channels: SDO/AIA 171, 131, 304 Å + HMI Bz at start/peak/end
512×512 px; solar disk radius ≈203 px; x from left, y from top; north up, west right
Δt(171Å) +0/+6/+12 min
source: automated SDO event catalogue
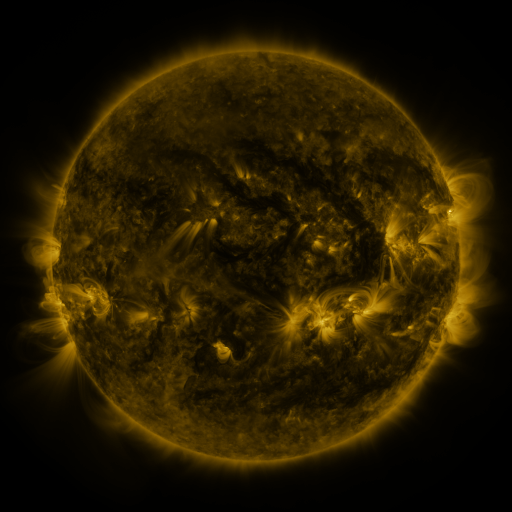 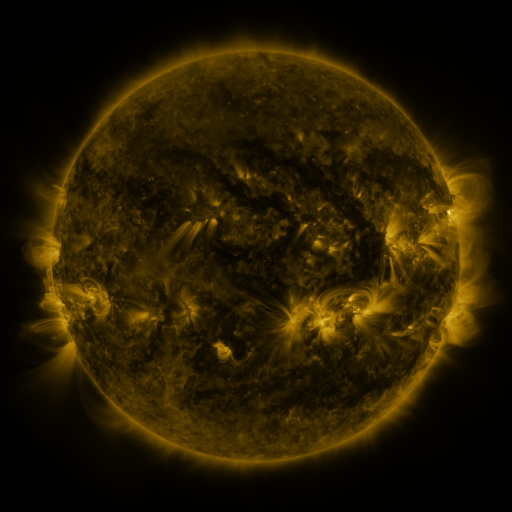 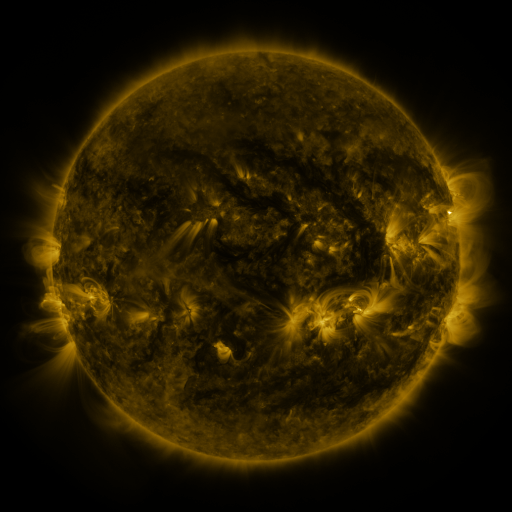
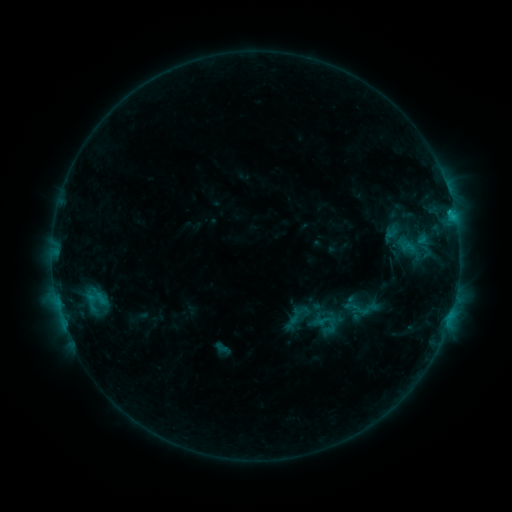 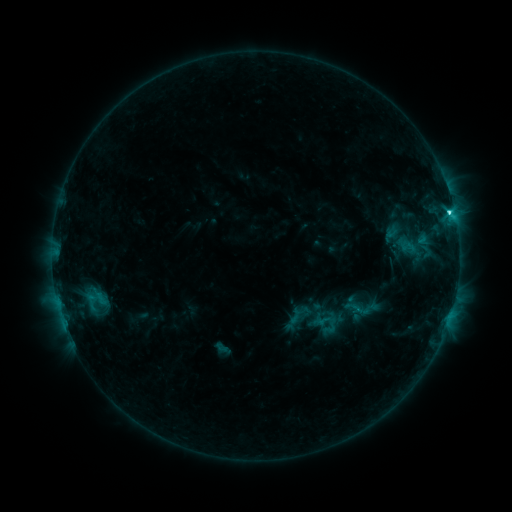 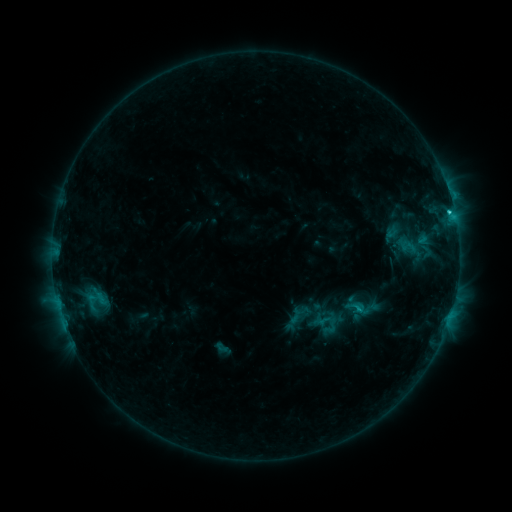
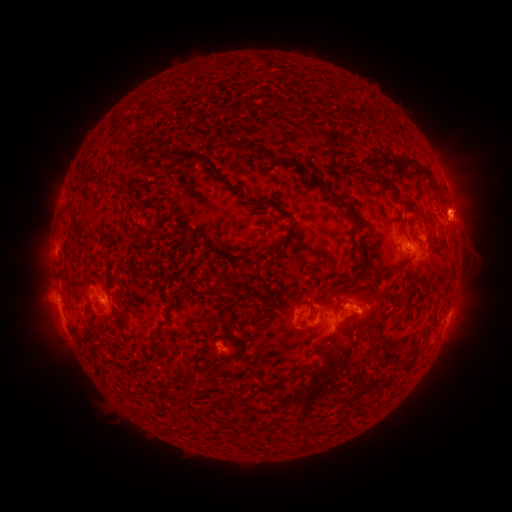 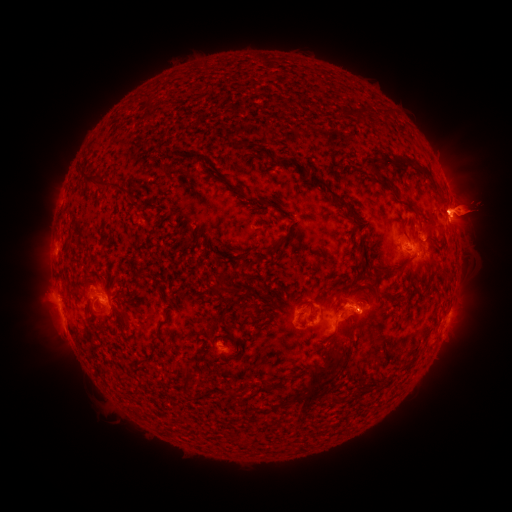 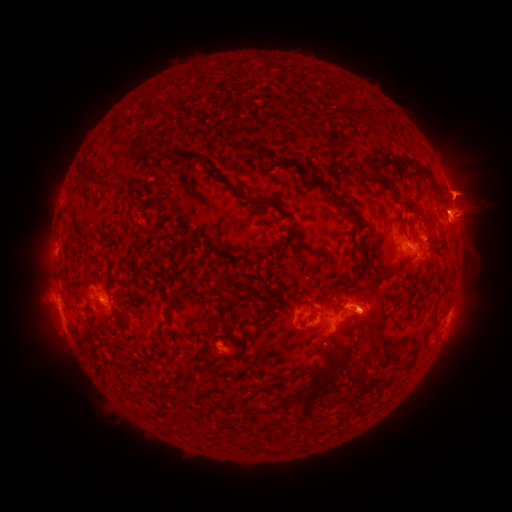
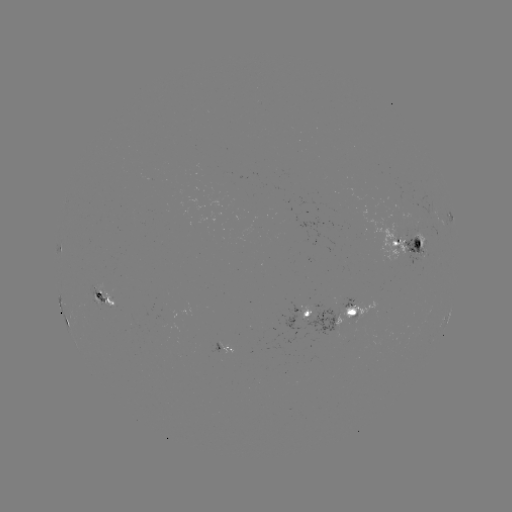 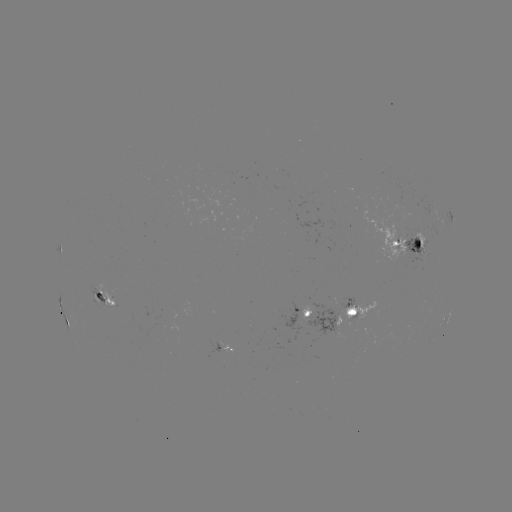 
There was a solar flare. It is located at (448, 214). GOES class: C3.1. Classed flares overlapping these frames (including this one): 1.